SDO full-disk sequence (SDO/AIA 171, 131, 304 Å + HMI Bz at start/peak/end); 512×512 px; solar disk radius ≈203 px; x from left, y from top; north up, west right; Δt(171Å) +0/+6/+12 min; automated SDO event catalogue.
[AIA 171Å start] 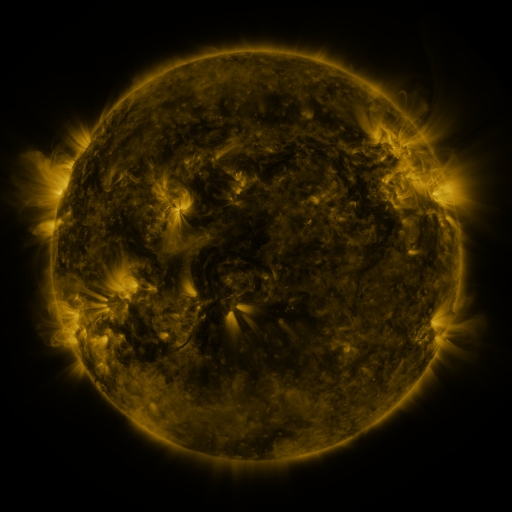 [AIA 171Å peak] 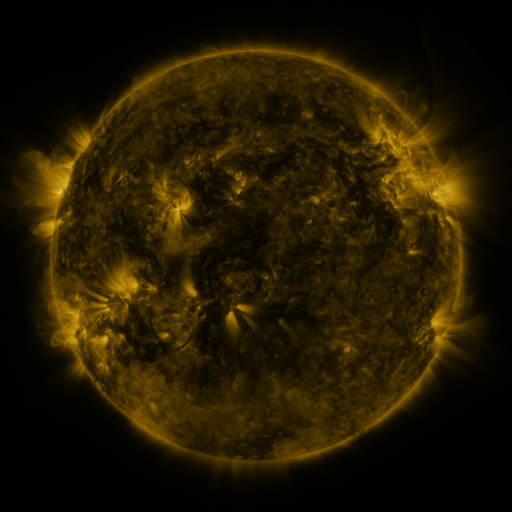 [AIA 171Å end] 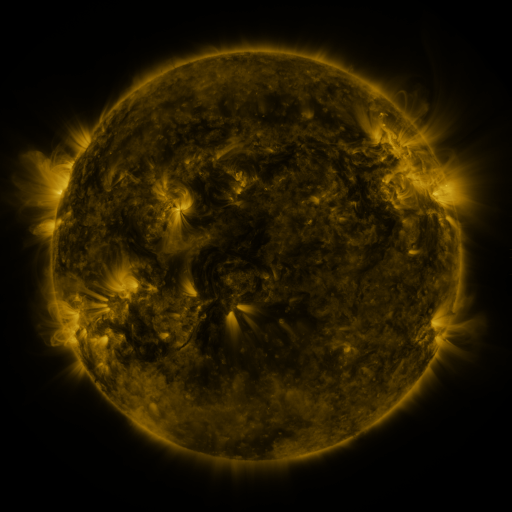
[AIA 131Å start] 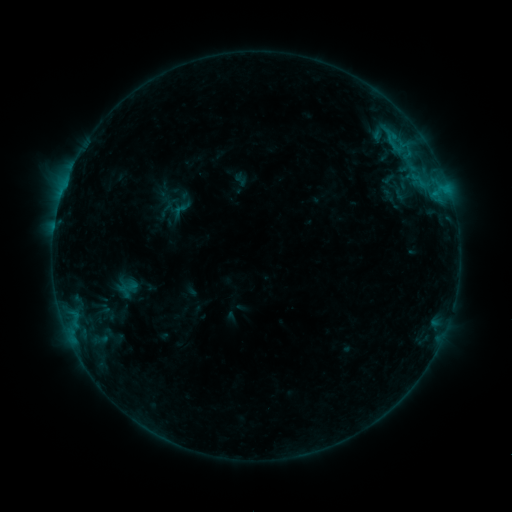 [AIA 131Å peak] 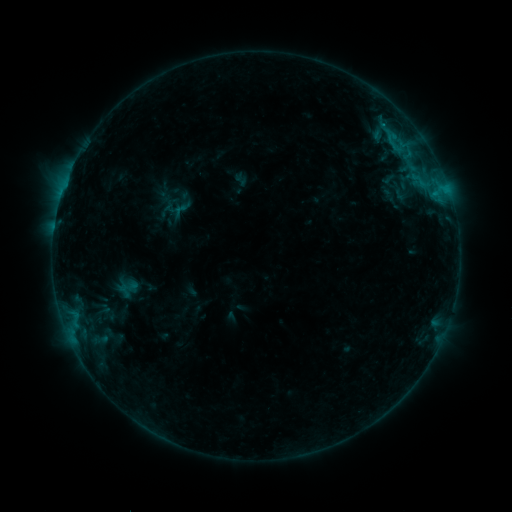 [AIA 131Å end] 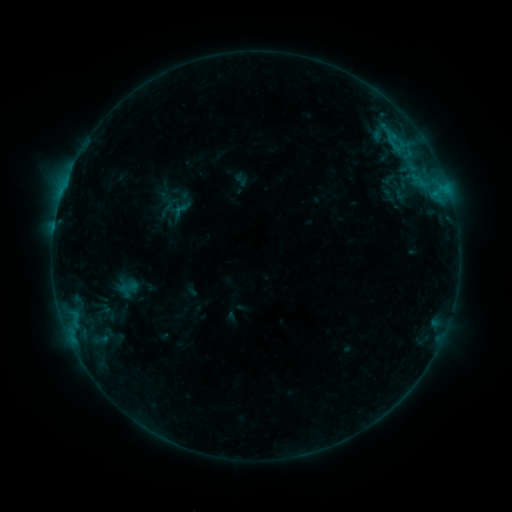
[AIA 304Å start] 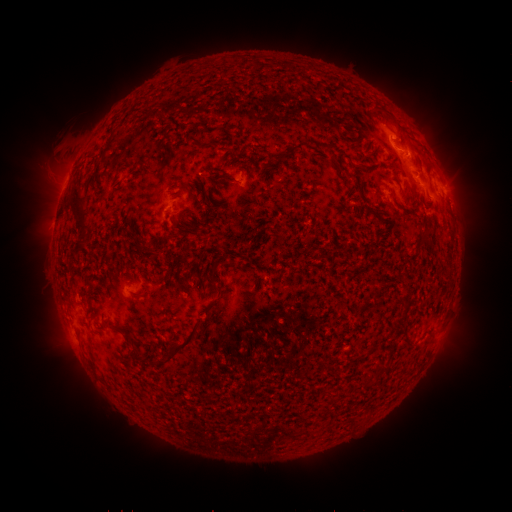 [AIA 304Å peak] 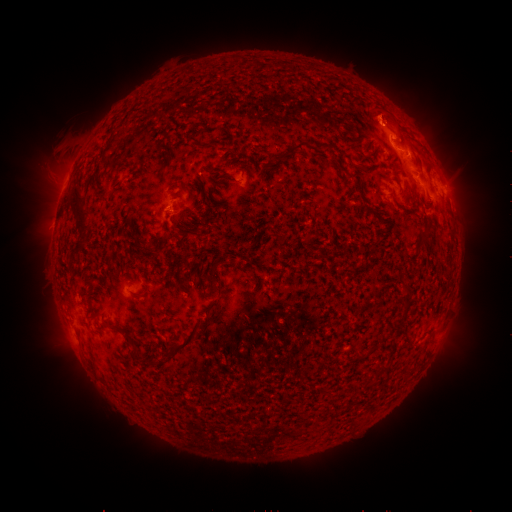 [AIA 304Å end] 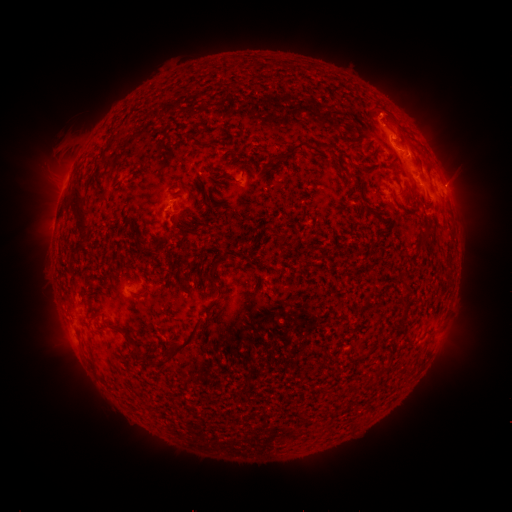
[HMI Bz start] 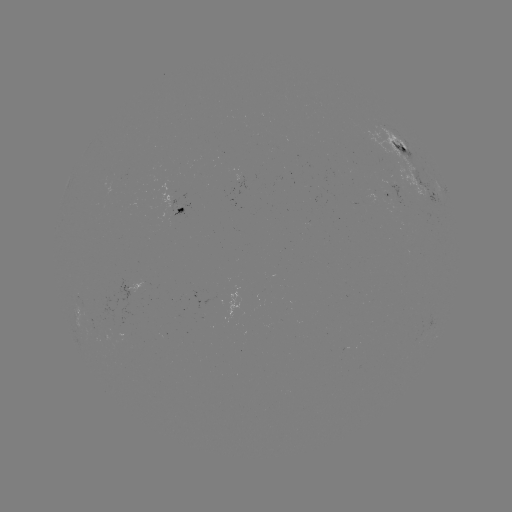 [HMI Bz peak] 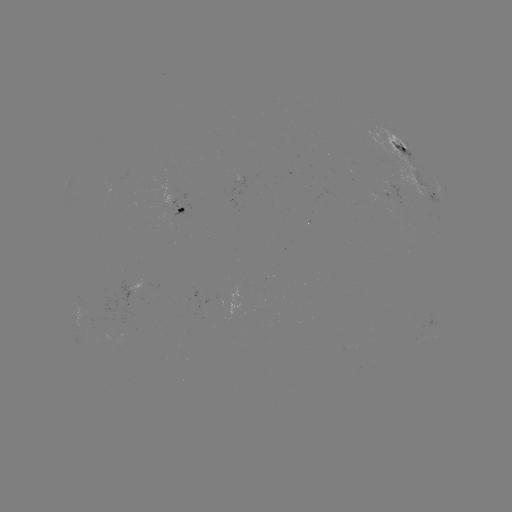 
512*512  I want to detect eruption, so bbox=[351, 82, 407, 164].